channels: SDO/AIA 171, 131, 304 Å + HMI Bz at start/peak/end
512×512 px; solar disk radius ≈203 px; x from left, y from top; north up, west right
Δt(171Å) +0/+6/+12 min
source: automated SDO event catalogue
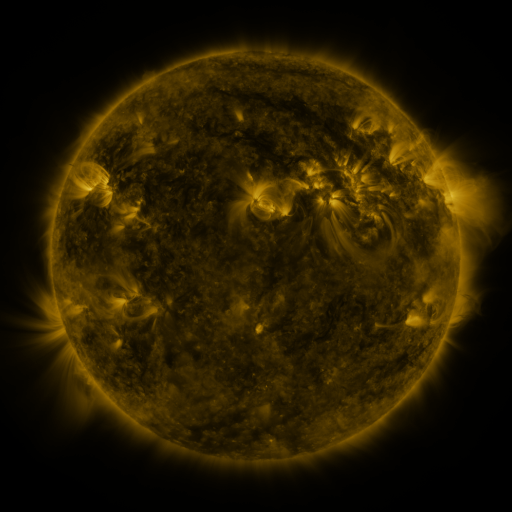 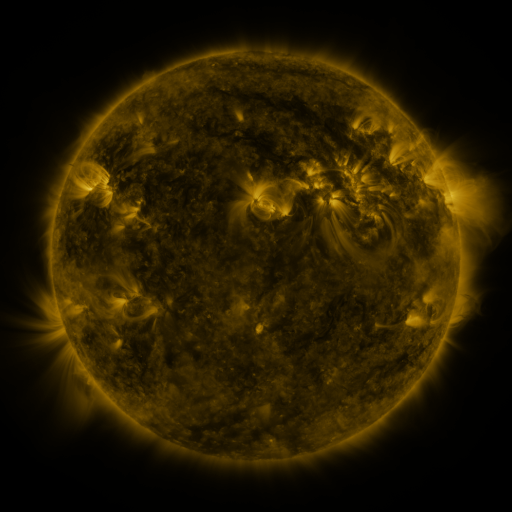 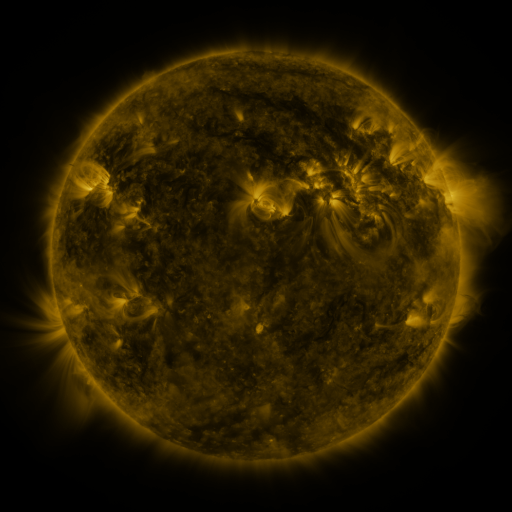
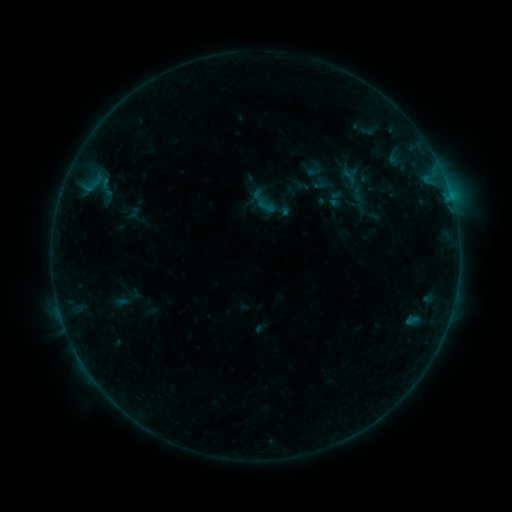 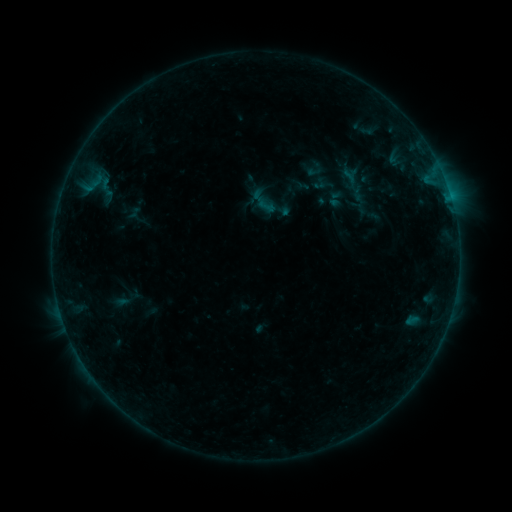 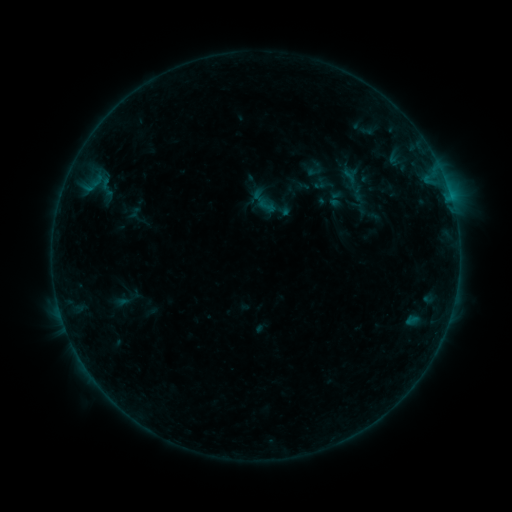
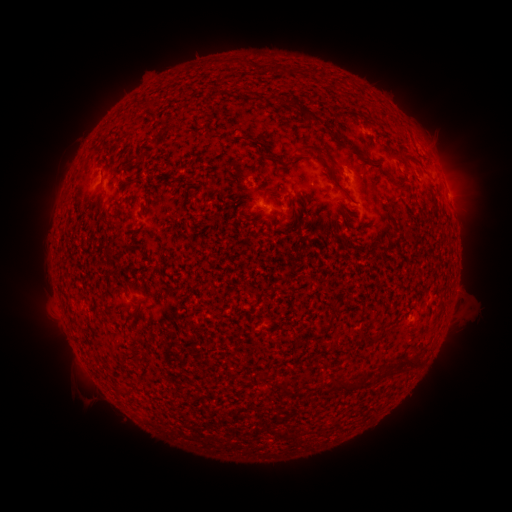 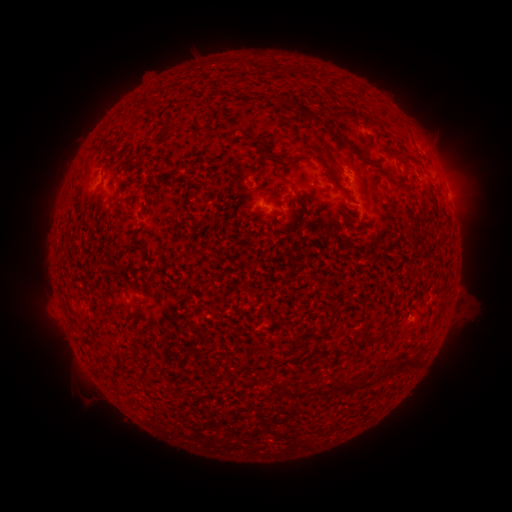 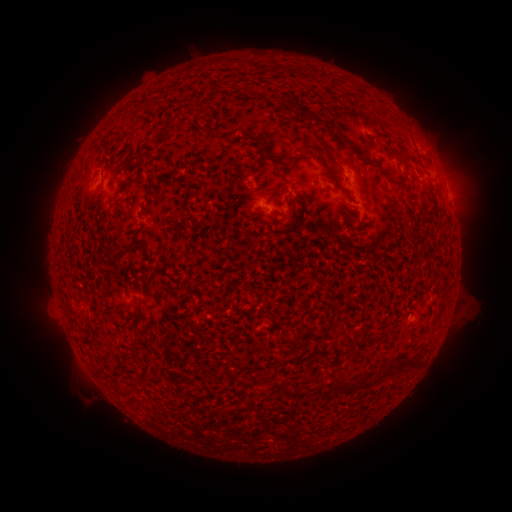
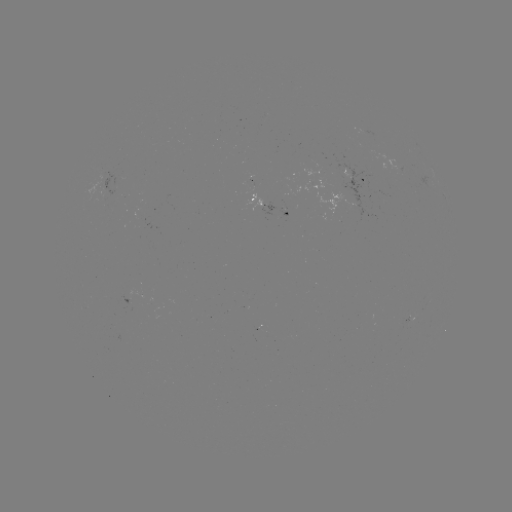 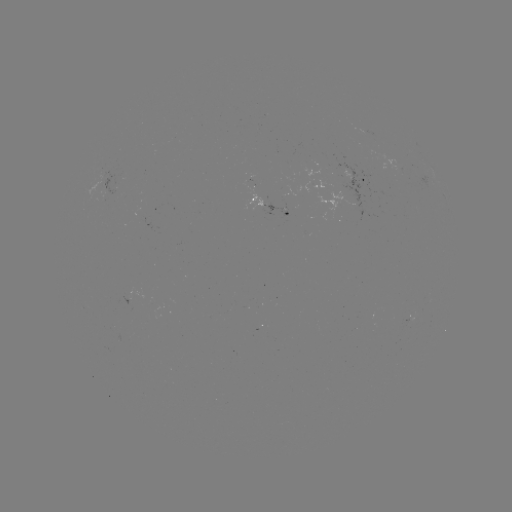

nothing was catalogued: no classed flare, no EUV trigger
